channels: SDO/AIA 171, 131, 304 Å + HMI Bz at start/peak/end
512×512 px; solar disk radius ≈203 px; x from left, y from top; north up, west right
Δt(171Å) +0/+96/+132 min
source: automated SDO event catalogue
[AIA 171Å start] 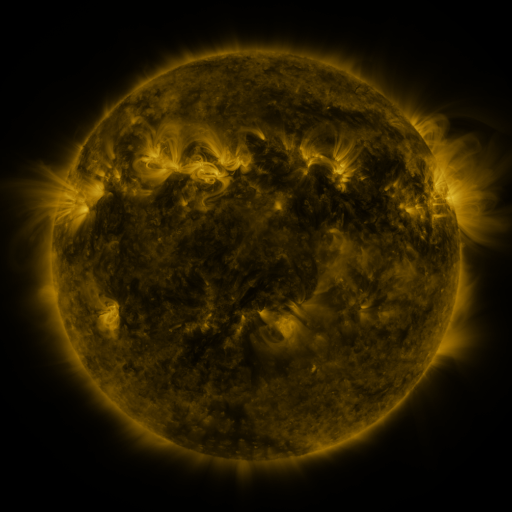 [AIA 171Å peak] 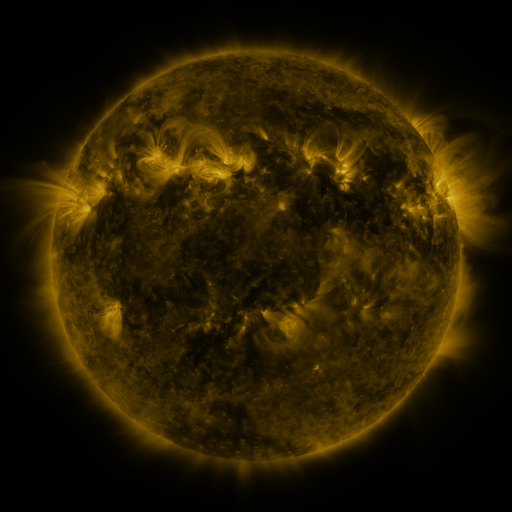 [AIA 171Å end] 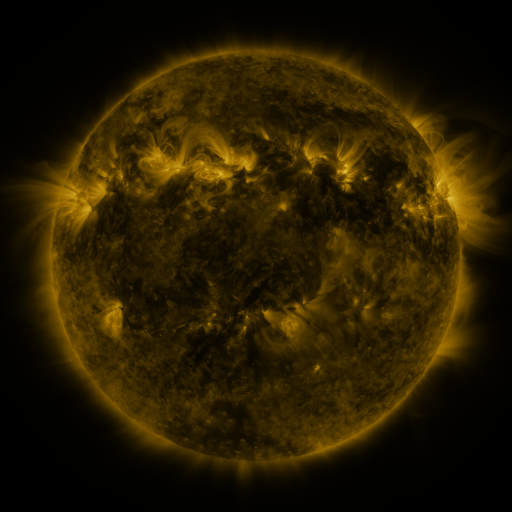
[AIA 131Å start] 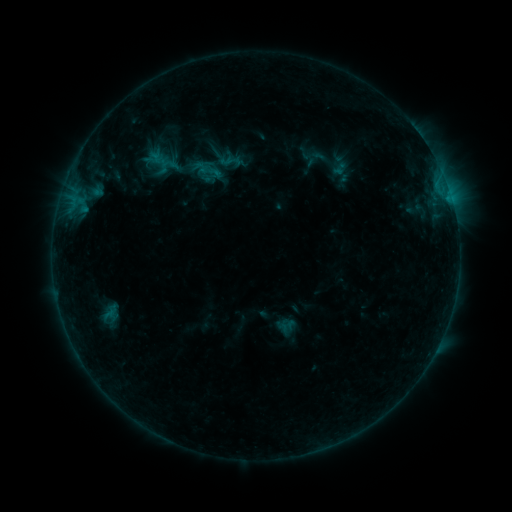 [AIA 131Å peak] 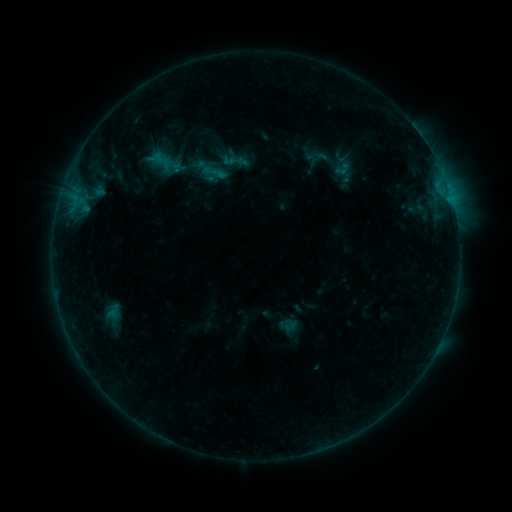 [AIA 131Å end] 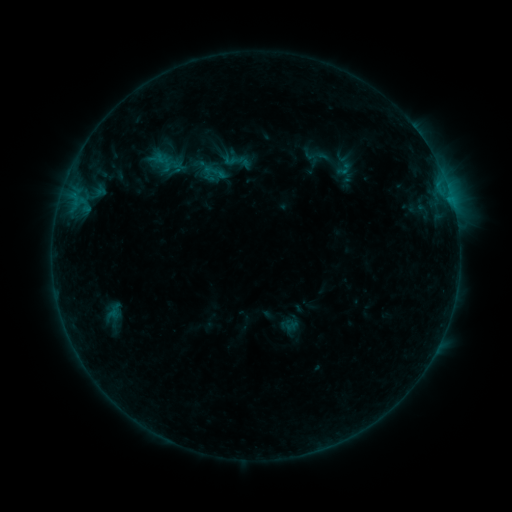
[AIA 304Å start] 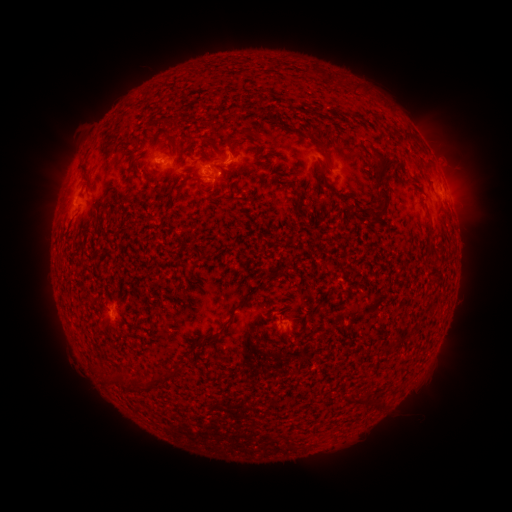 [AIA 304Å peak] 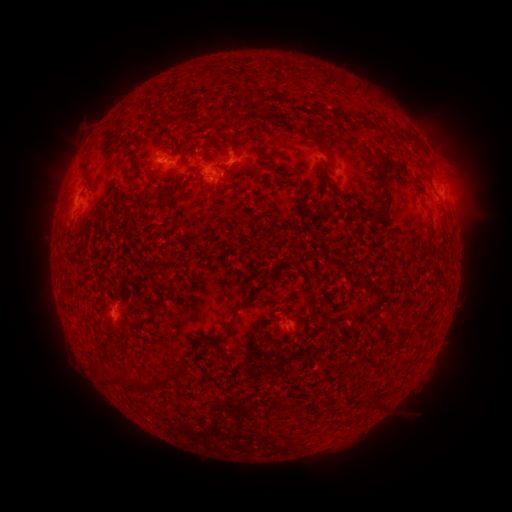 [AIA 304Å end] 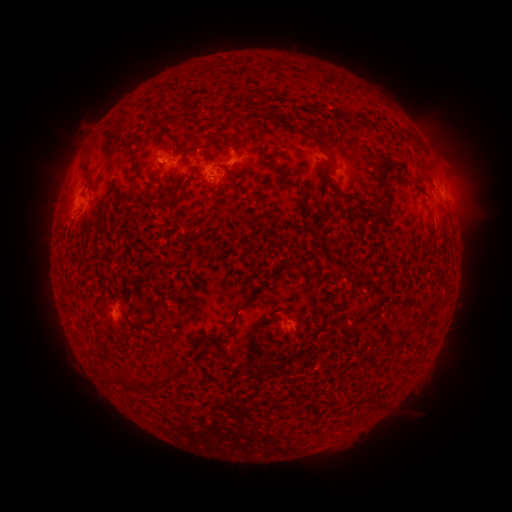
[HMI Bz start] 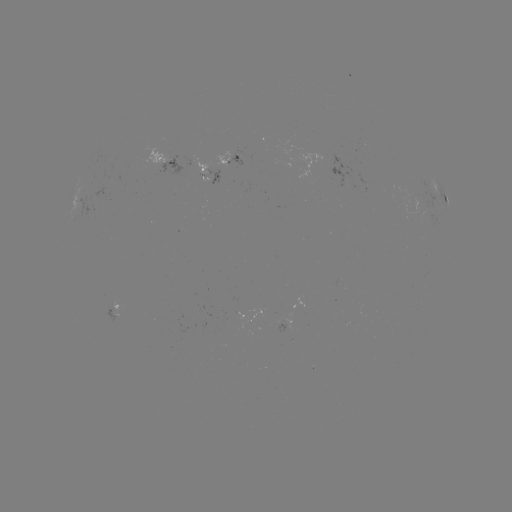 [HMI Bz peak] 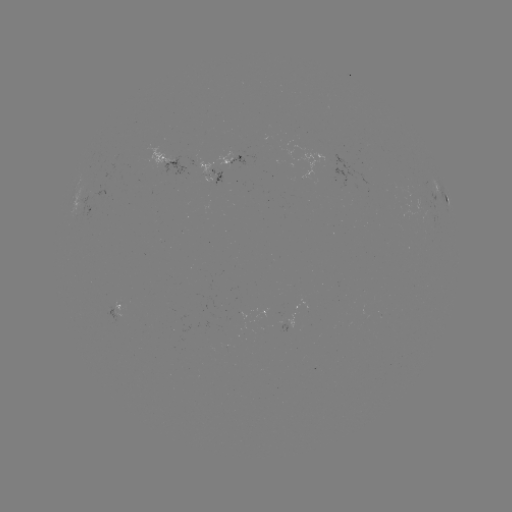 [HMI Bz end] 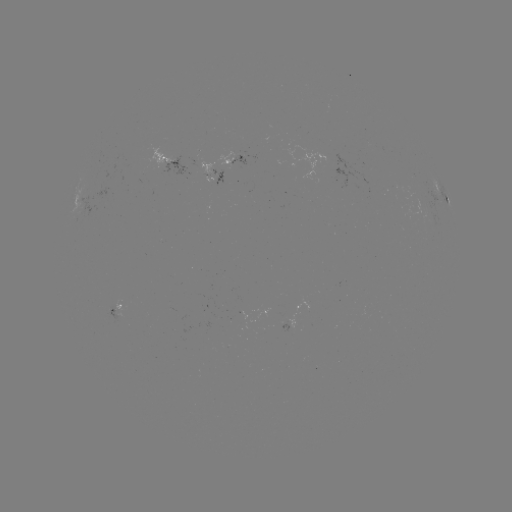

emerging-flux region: <bbox>229, 156, 245, 165</bbox>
